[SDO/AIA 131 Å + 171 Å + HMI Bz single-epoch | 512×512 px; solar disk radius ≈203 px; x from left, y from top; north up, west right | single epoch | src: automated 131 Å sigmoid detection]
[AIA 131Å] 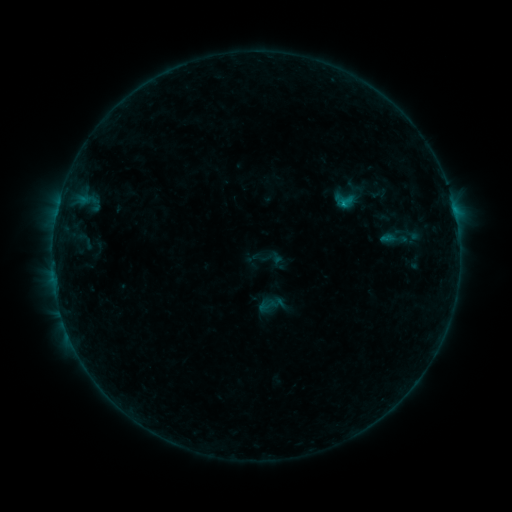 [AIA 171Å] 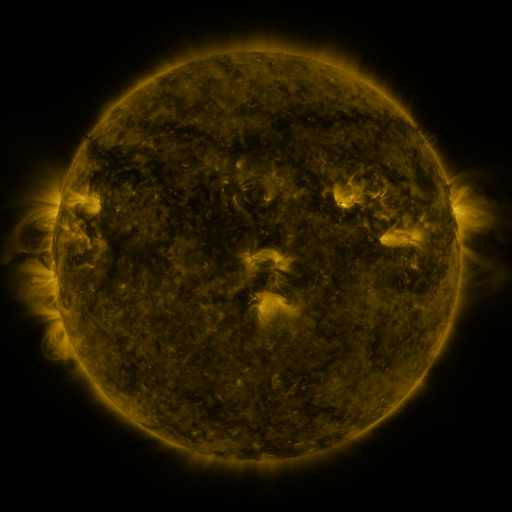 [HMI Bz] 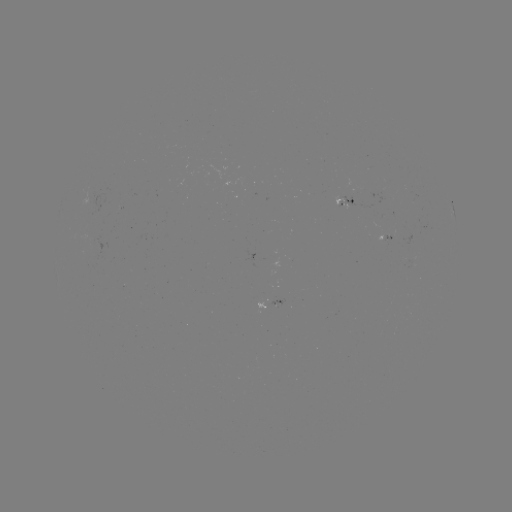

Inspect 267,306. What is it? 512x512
sigmoid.